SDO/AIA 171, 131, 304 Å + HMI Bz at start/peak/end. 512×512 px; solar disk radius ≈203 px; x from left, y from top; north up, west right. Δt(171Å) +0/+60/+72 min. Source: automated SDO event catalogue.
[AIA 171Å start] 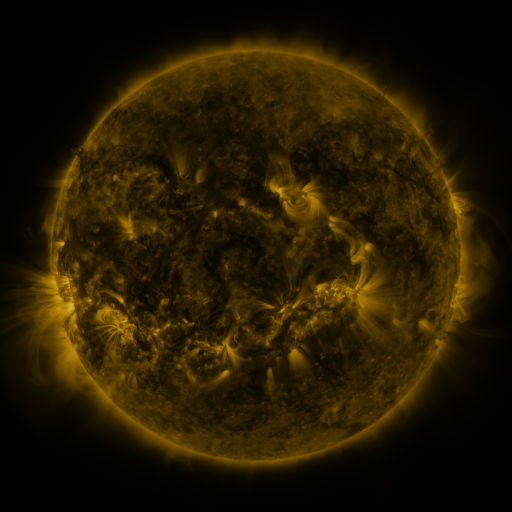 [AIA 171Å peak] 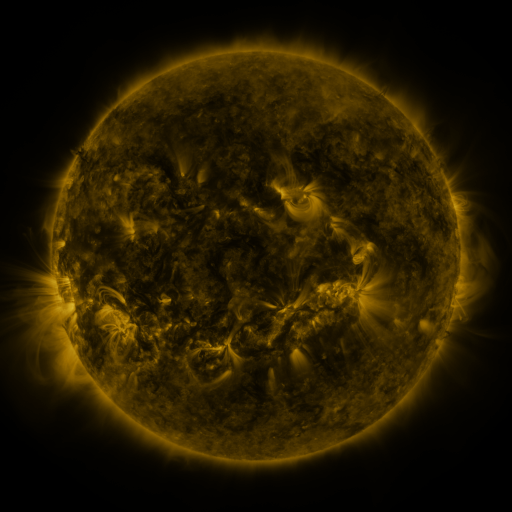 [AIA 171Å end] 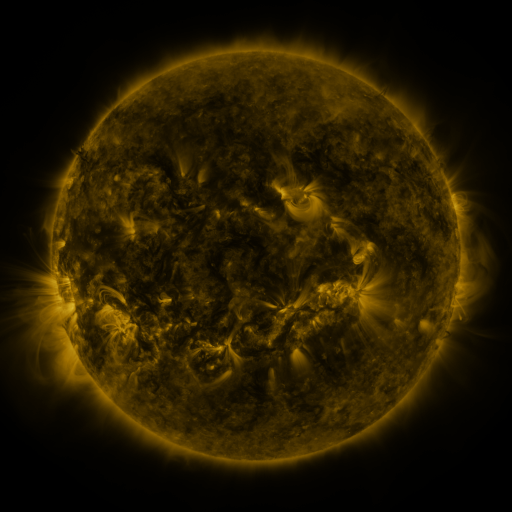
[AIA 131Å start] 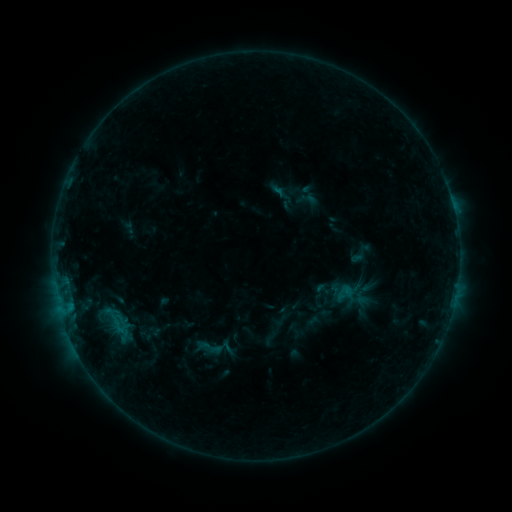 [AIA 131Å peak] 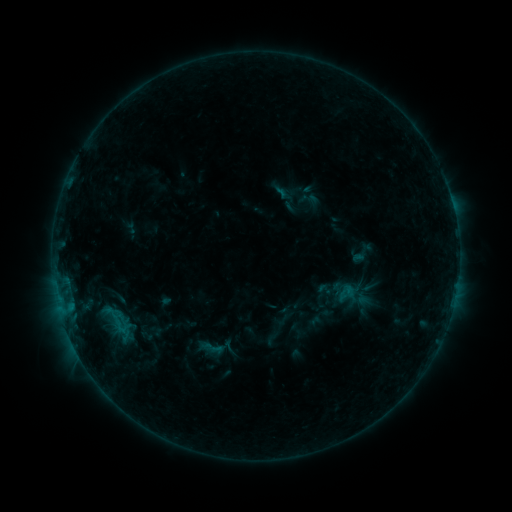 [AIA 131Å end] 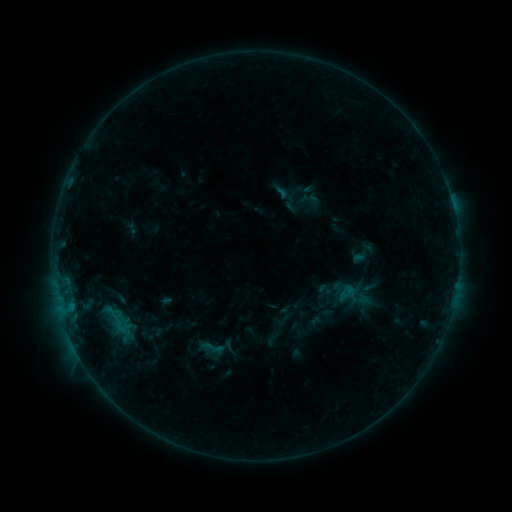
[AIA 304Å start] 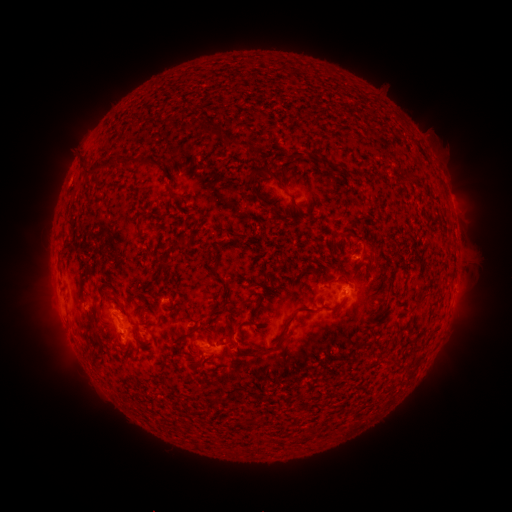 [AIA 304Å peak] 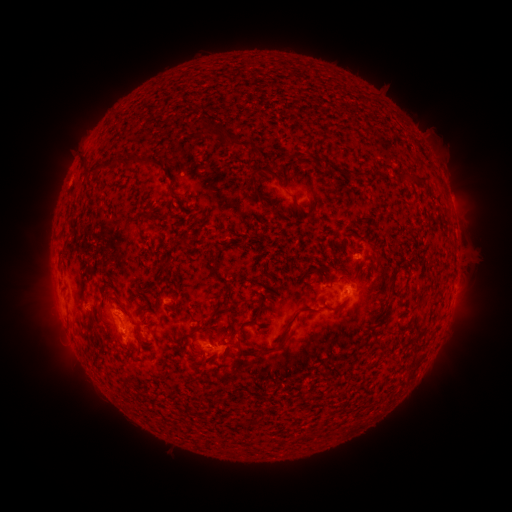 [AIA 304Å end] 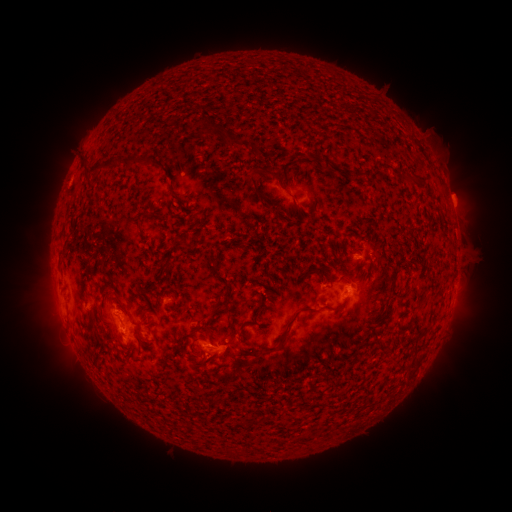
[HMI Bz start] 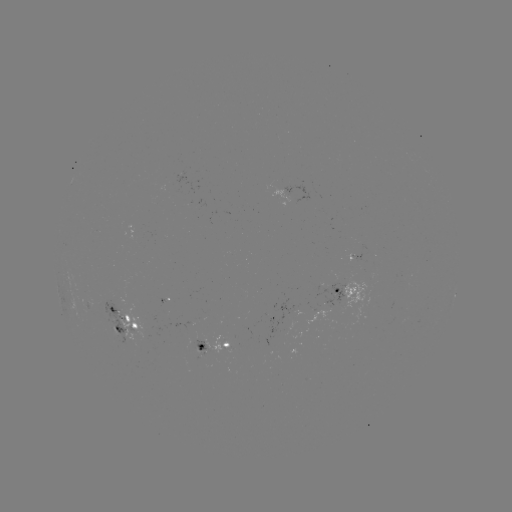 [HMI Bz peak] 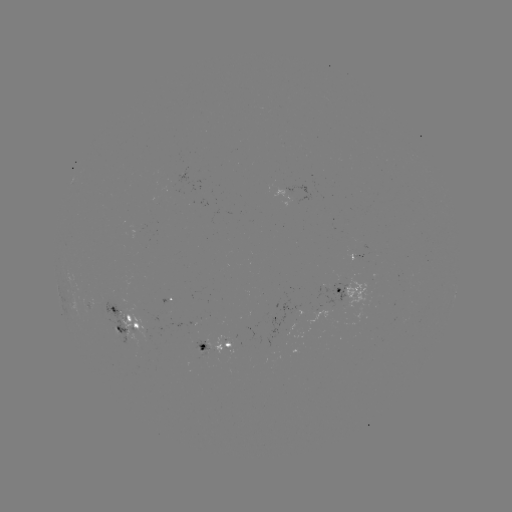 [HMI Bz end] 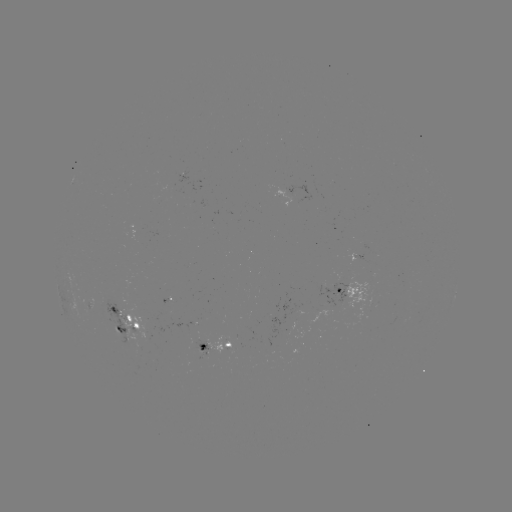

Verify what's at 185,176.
emerging-flux region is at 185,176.